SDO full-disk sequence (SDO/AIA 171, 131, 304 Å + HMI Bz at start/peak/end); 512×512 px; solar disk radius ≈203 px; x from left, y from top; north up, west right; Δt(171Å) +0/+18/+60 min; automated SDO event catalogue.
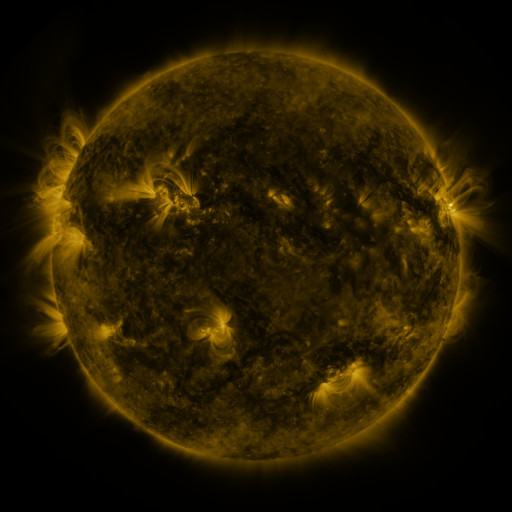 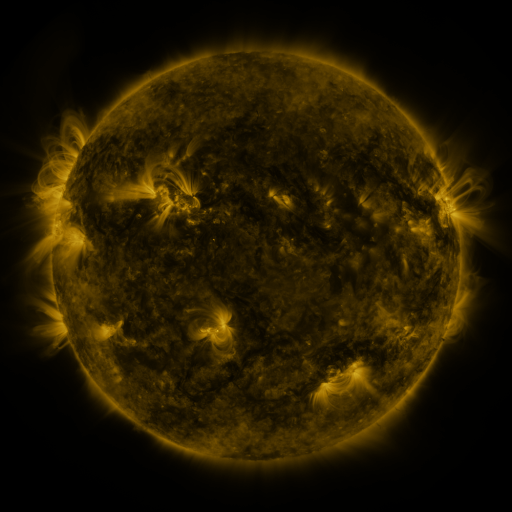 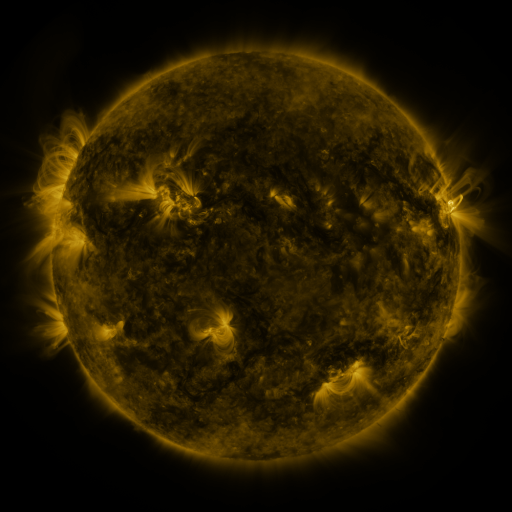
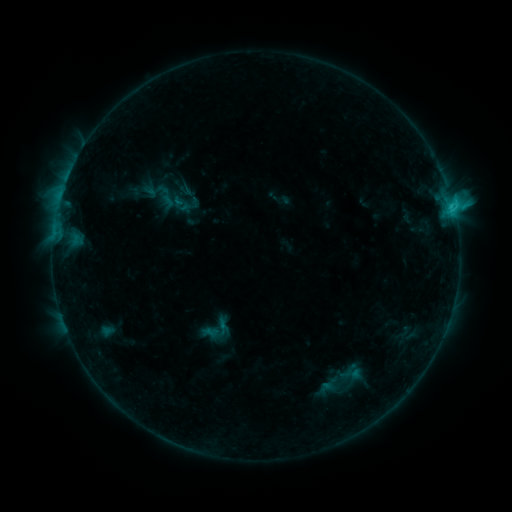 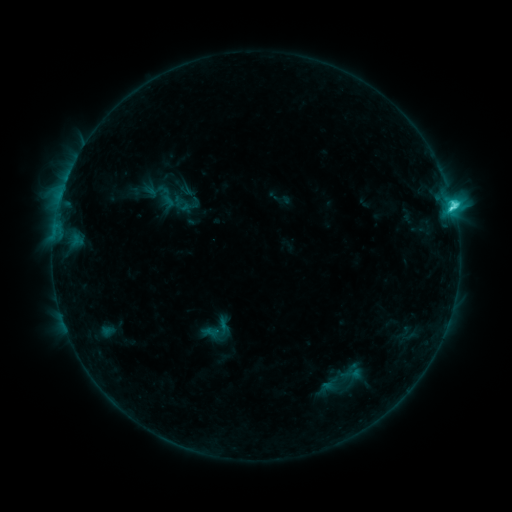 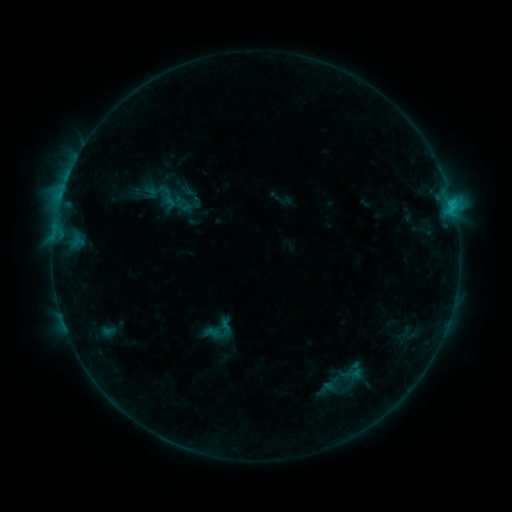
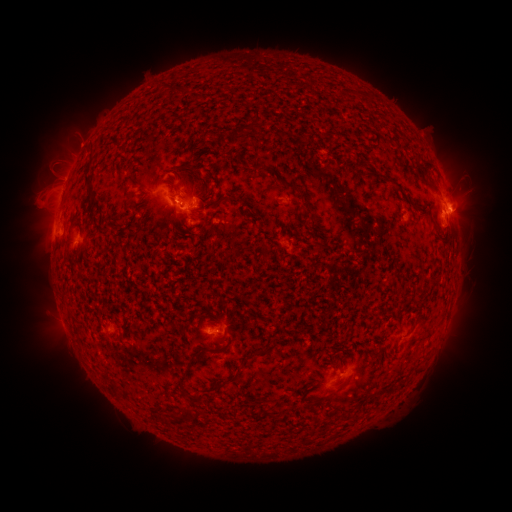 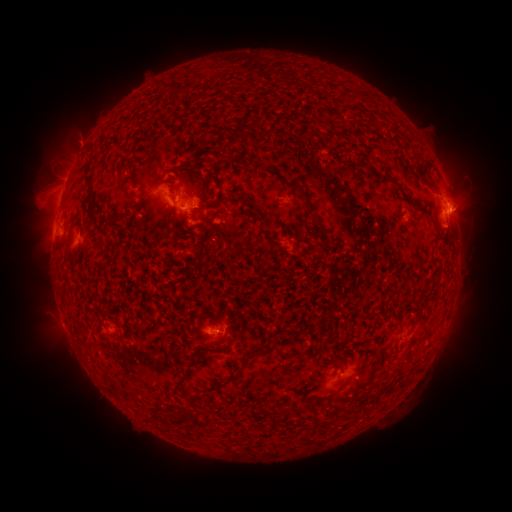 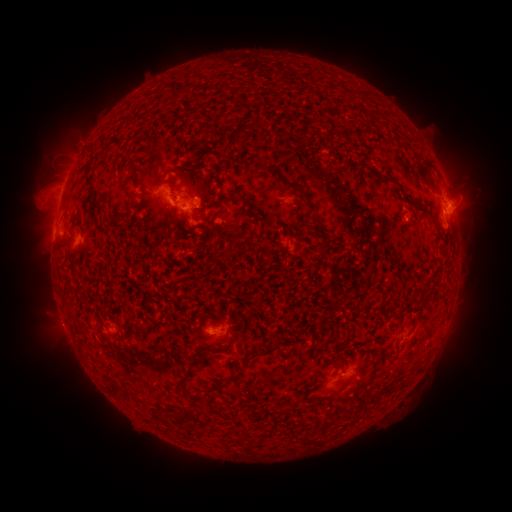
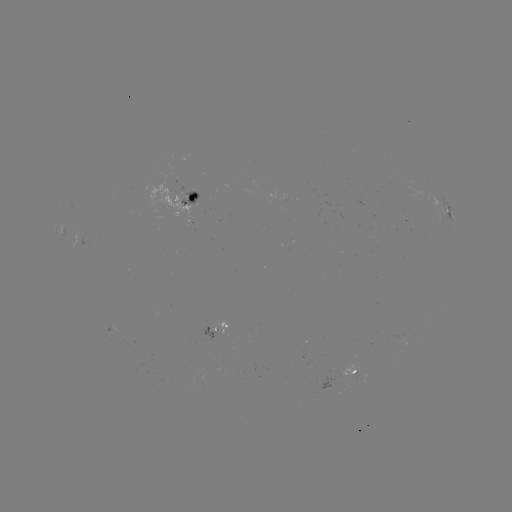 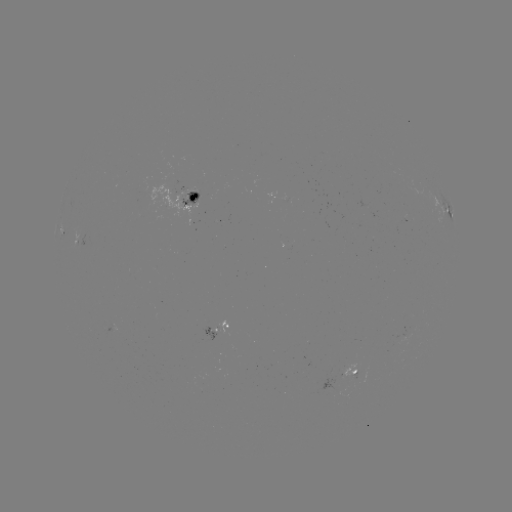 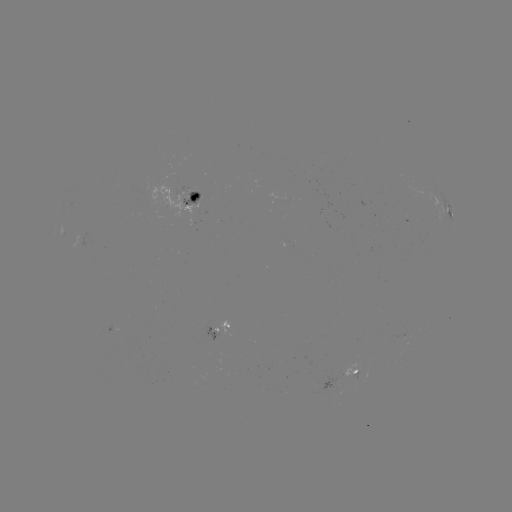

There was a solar flare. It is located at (451, 210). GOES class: C5.4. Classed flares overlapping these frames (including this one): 1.